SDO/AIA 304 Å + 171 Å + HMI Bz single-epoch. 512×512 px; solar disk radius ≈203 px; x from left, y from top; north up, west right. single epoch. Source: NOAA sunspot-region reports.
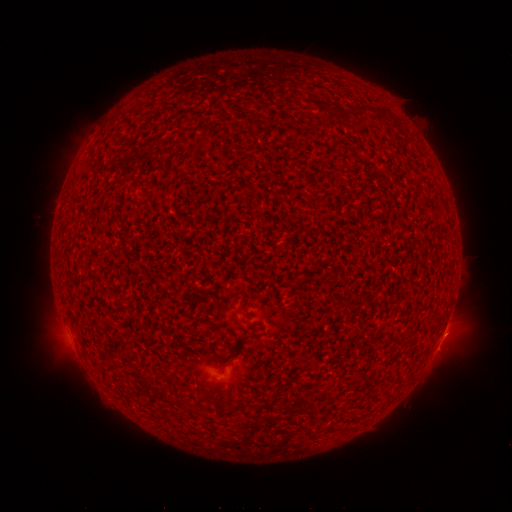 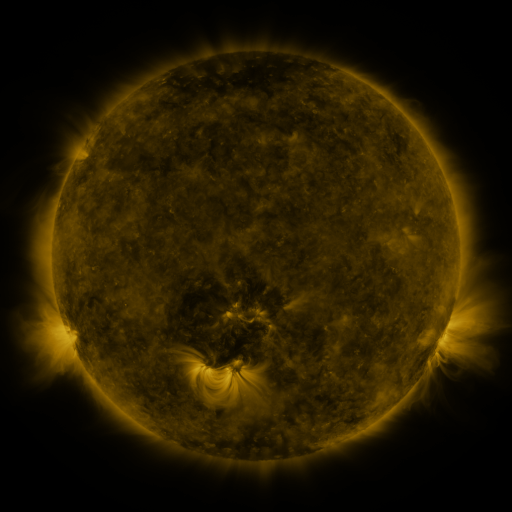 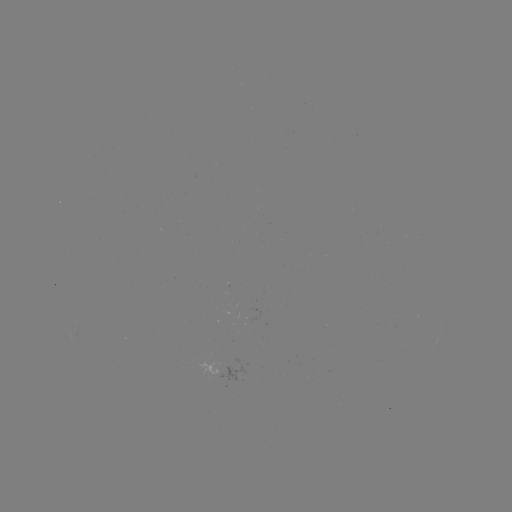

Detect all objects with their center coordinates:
(none)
